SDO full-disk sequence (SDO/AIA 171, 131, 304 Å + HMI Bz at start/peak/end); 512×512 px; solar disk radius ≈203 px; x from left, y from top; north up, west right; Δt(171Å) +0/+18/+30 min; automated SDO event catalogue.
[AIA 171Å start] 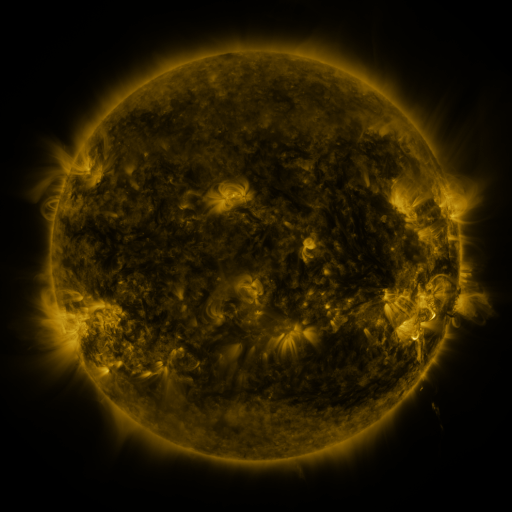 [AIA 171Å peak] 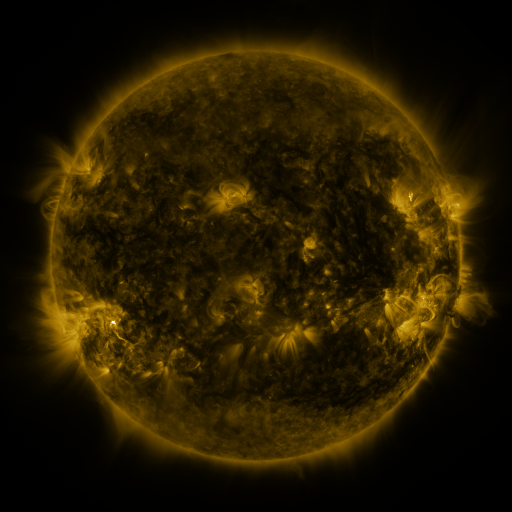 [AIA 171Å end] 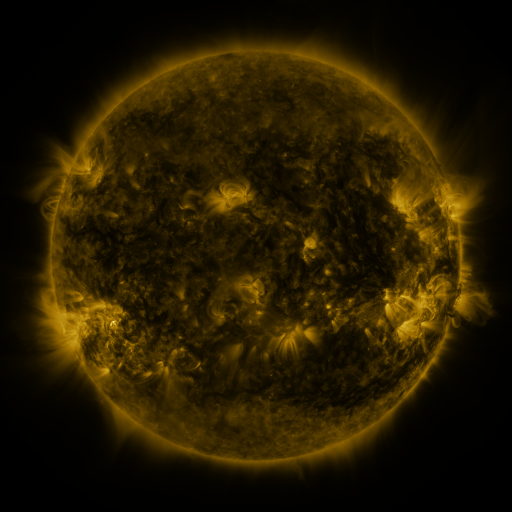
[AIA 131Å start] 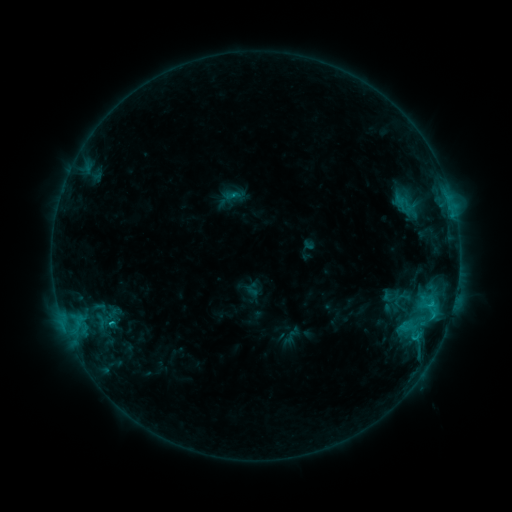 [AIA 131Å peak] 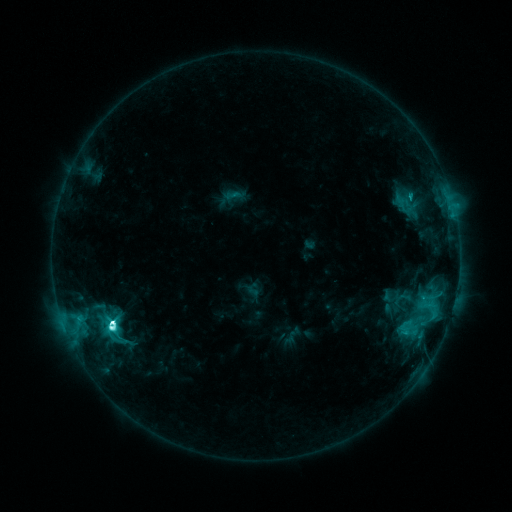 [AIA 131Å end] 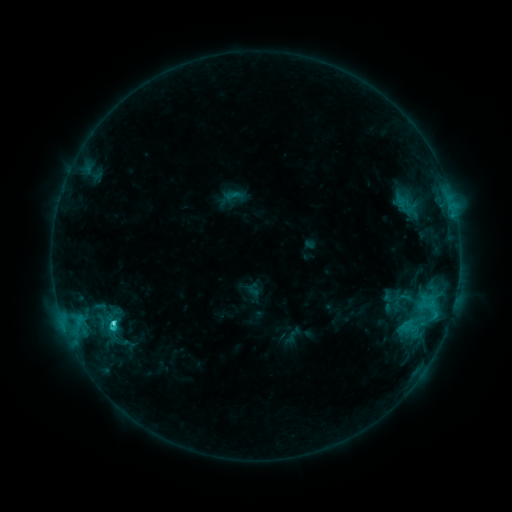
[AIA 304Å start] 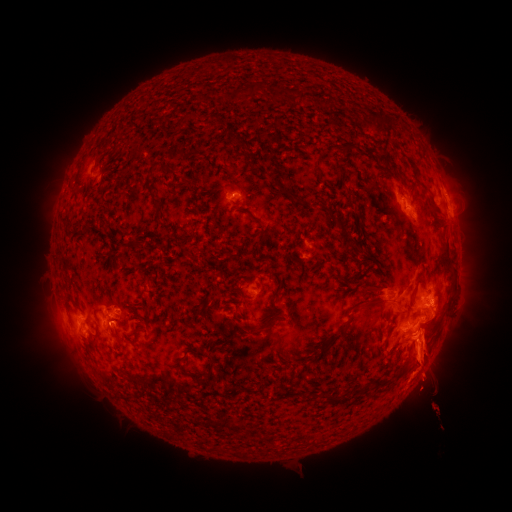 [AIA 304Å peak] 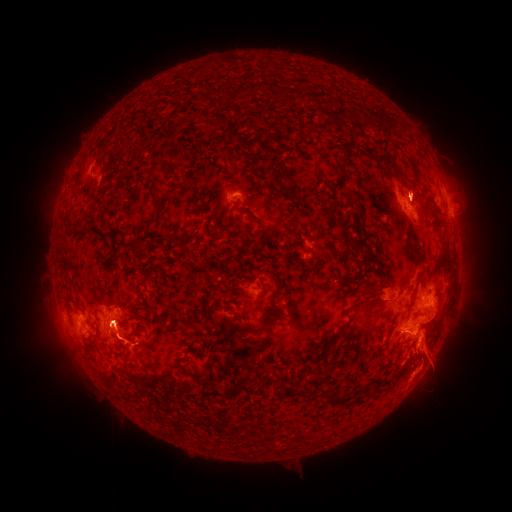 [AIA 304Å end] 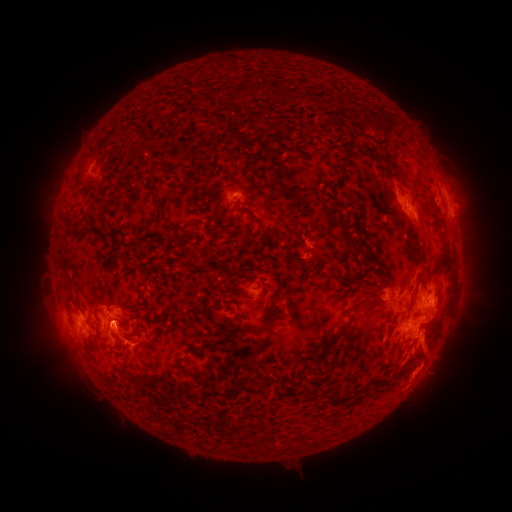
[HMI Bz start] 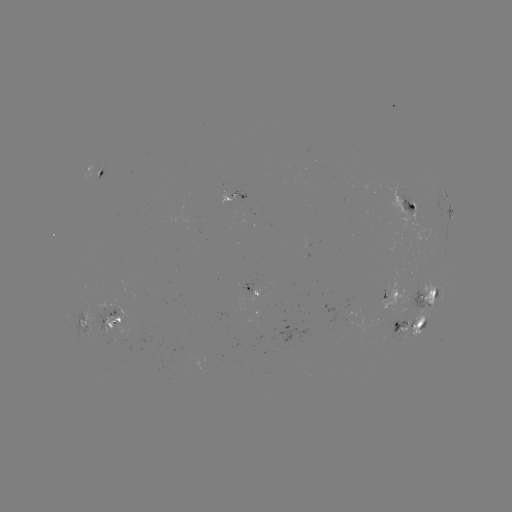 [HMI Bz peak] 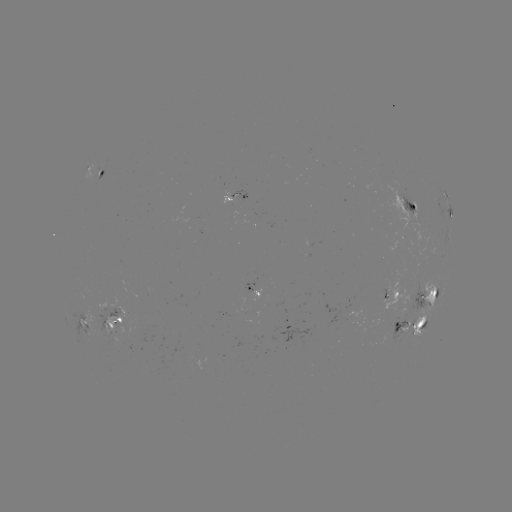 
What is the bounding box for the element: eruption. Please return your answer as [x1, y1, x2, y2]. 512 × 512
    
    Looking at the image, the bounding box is [400, 268, 475, 420].